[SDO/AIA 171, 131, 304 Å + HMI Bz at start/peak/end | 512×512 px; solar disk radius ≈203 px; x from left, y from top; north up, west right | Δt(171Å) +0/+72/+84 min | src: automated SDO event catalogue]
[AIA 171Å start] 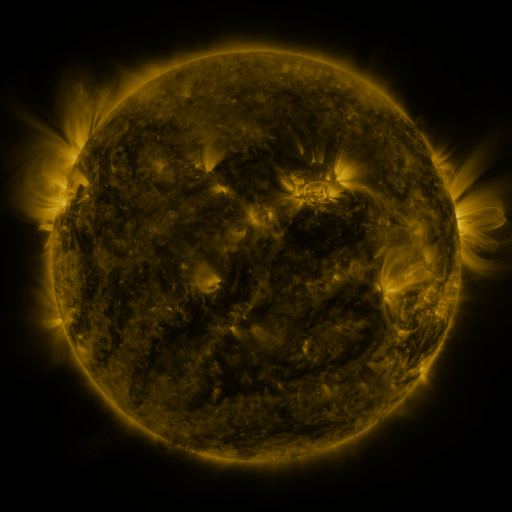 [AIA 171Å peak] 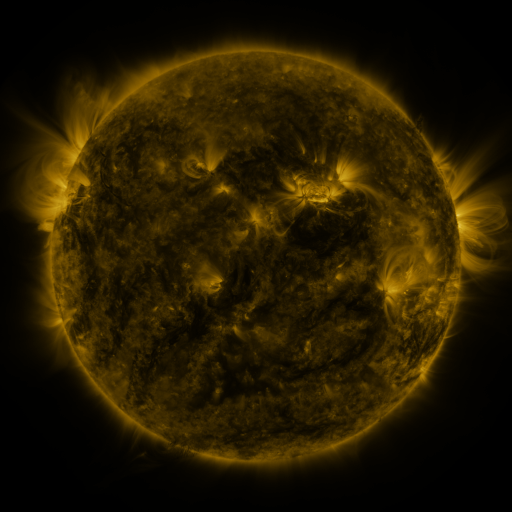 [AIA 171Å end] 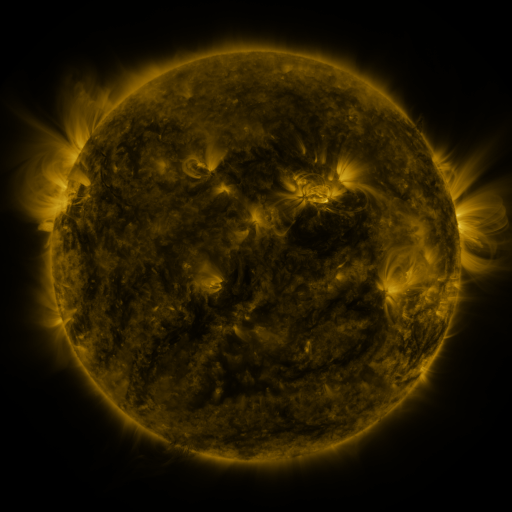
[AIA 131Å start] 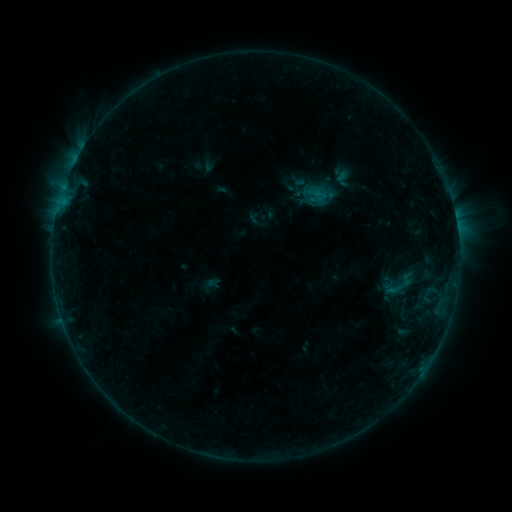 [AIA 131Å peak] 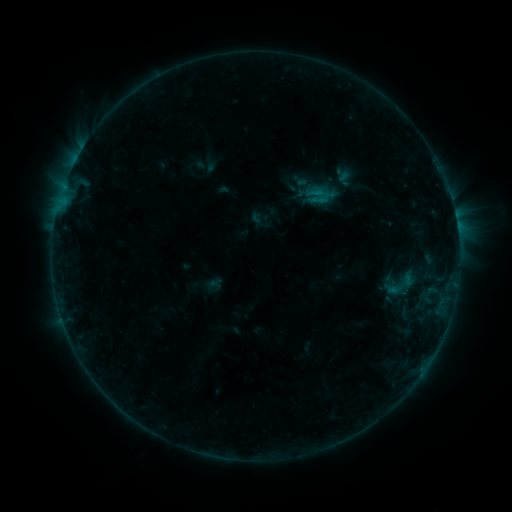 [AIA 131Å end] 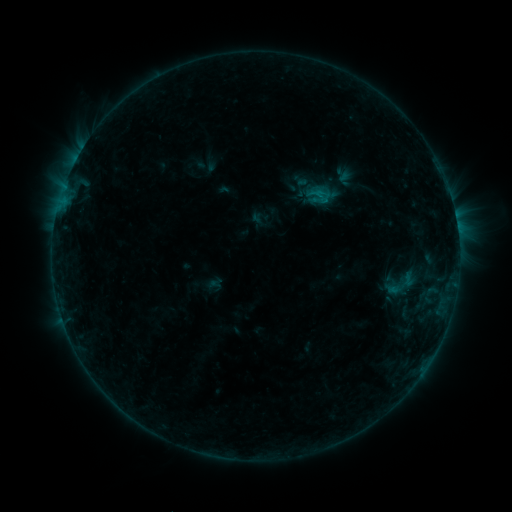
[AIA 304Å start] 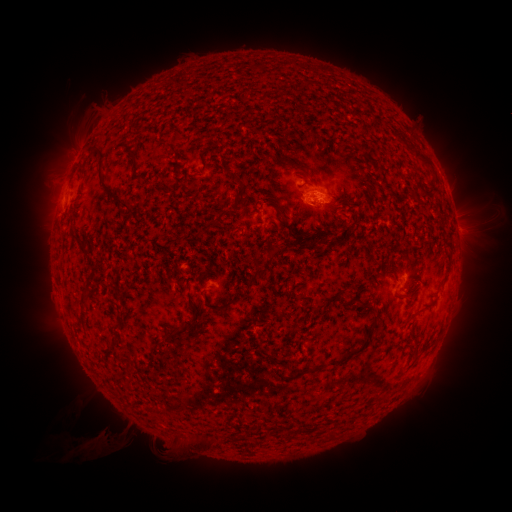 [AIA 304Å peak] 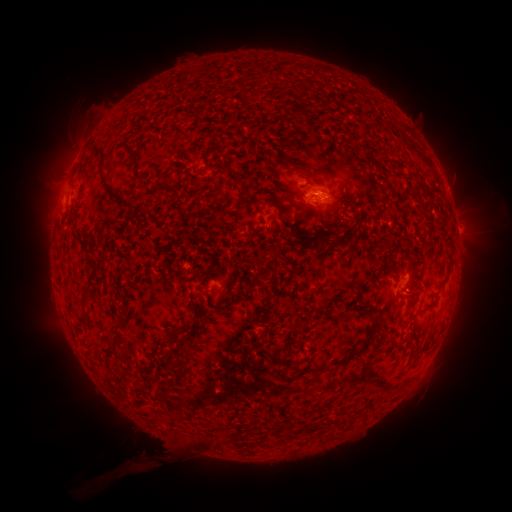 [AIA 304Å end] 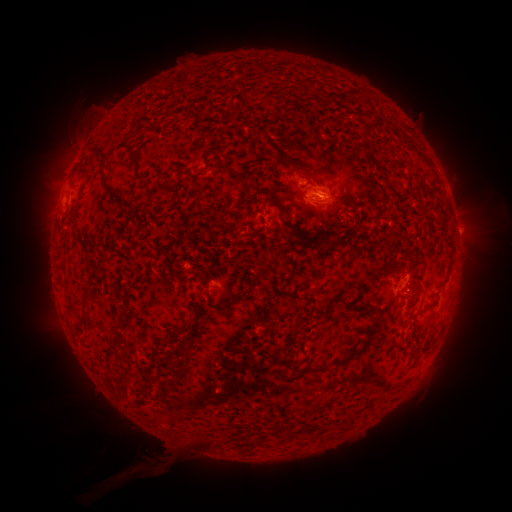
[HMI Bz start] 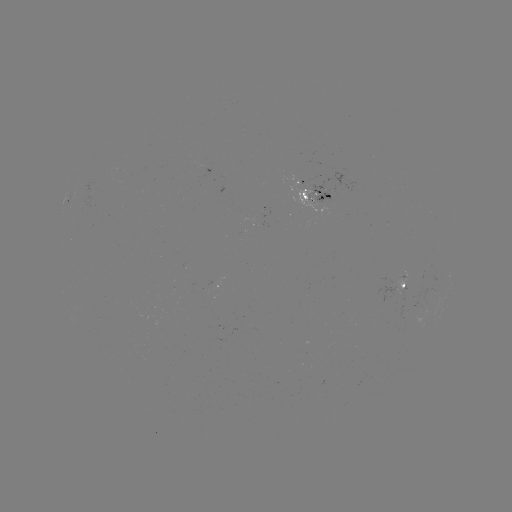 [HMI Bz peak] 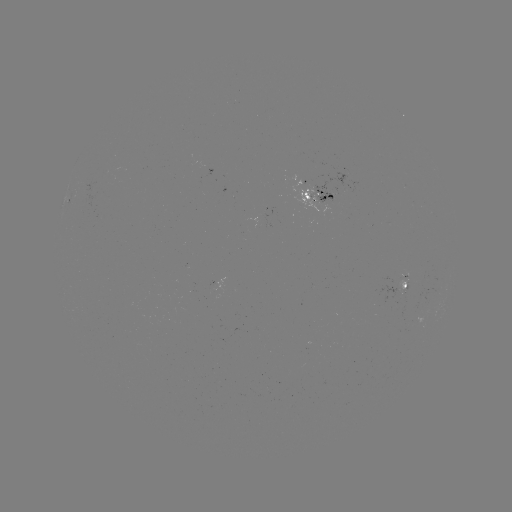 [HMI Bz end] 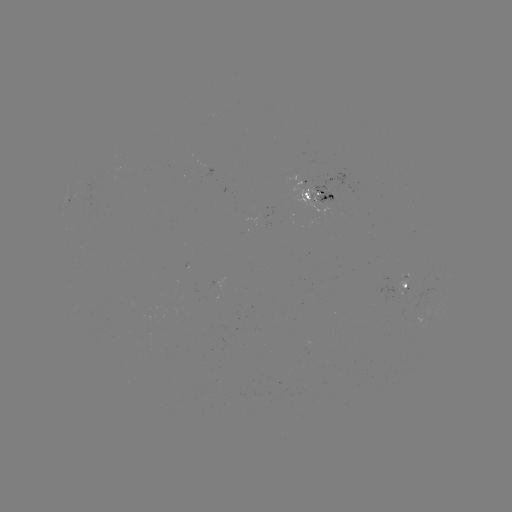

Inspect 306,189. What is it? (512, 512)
emerging-flux region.